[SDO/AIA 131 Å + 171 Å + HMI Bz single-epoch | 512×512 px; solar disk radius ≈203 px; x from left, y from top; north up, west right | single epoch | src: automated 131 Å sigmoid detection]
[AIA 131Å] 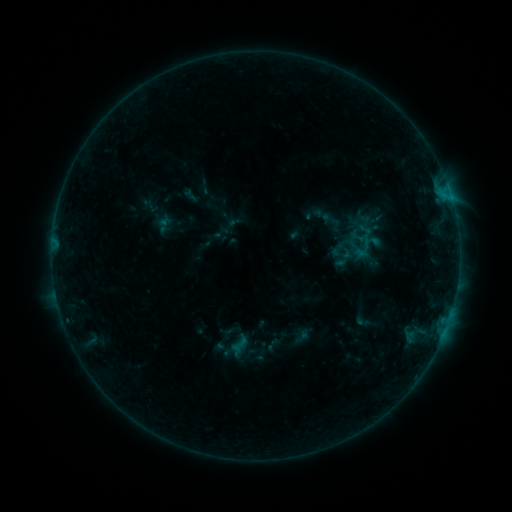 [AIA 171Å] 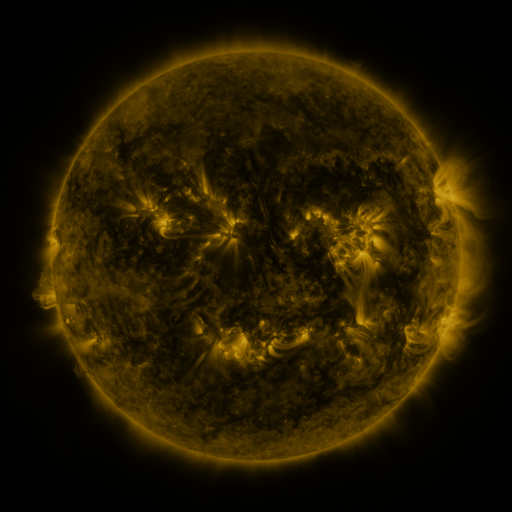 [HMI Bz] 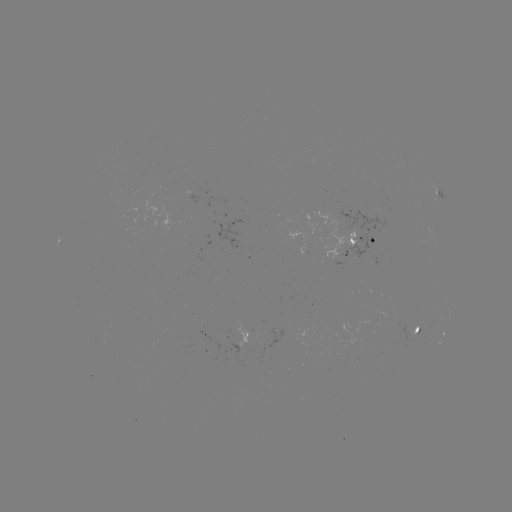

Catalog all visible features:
sigmoid: <bbox>229, 335, 249, 354</bbox>
